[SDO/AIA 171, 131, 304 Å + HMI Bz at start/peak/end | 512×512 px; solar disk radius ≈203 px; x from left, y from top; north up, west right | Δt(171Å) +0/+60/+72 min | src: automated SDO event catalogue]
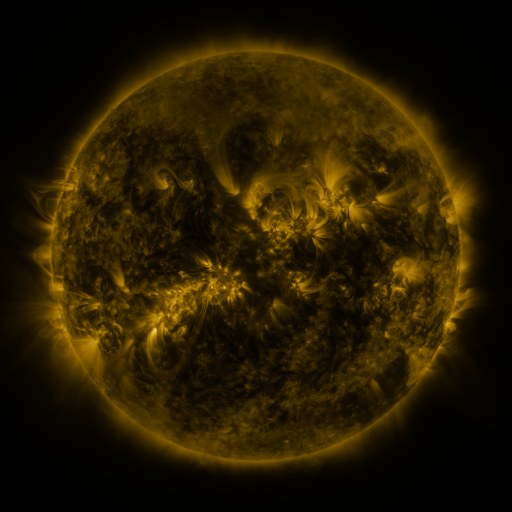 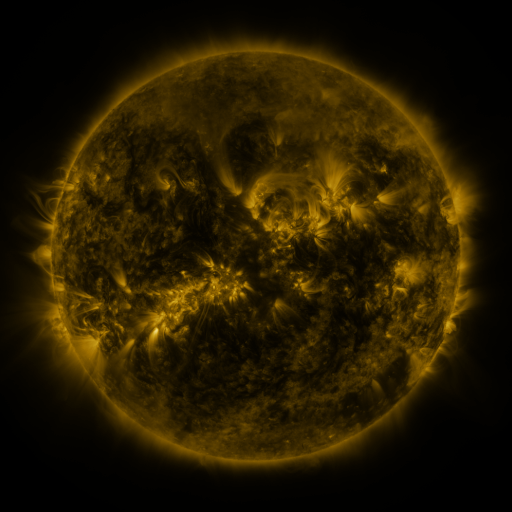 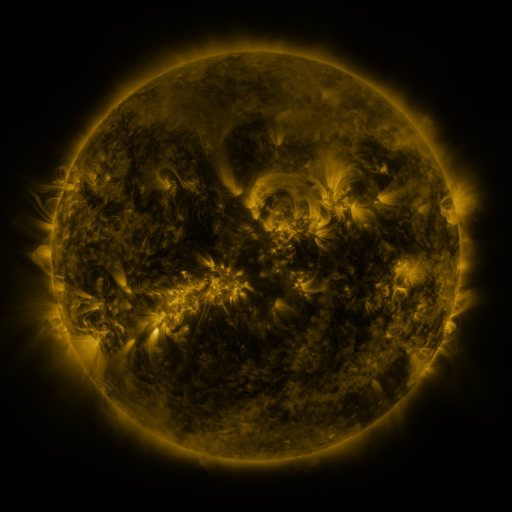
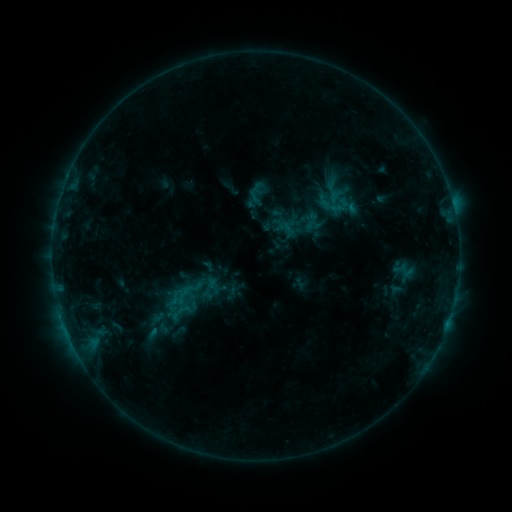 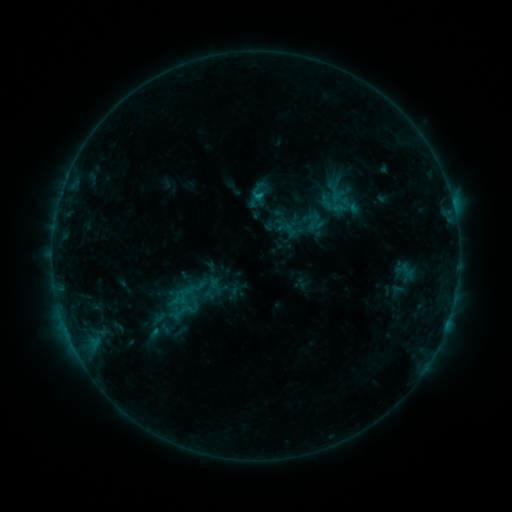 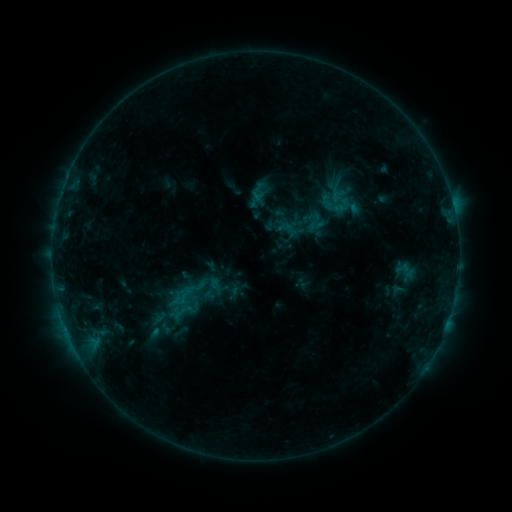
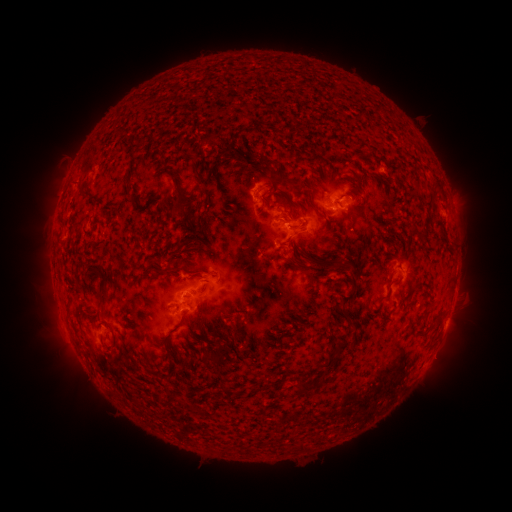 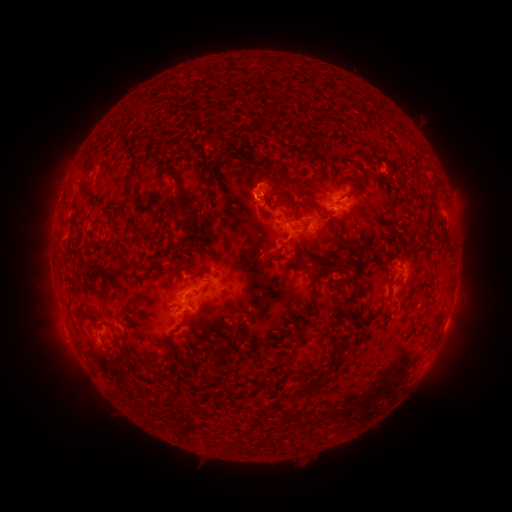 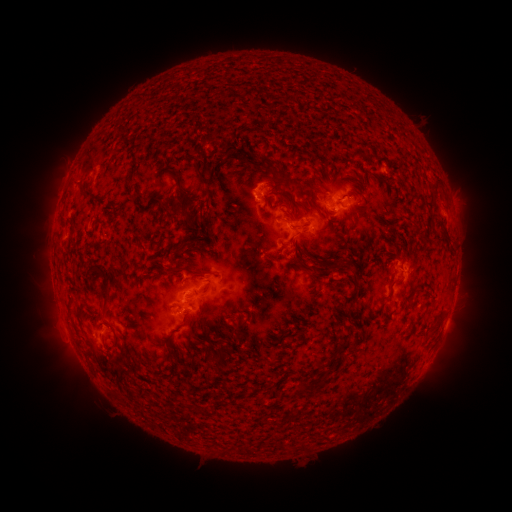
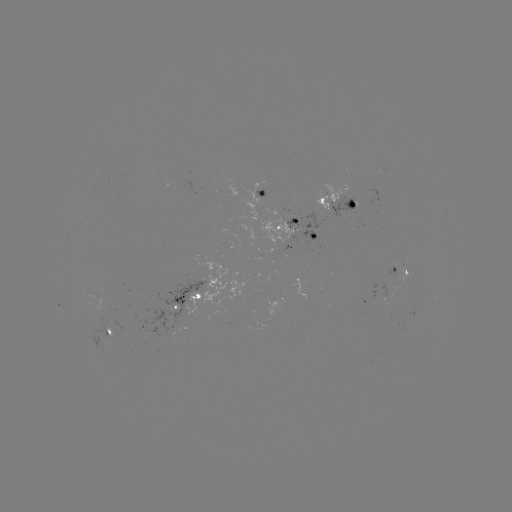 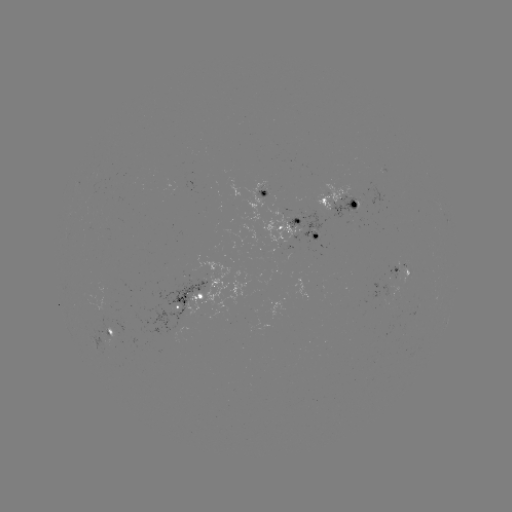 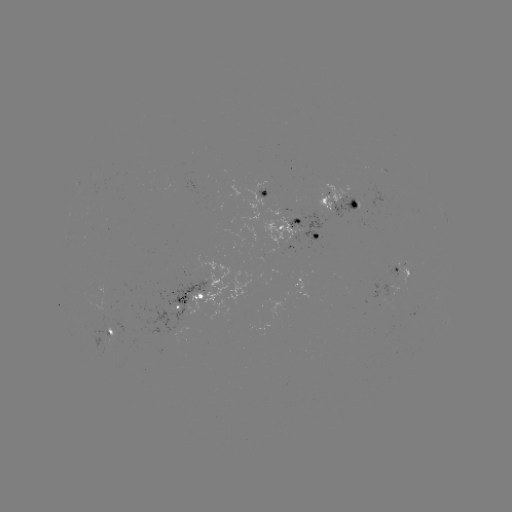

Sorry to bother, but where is emerging-flux region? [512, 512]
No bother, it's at (283, 228).